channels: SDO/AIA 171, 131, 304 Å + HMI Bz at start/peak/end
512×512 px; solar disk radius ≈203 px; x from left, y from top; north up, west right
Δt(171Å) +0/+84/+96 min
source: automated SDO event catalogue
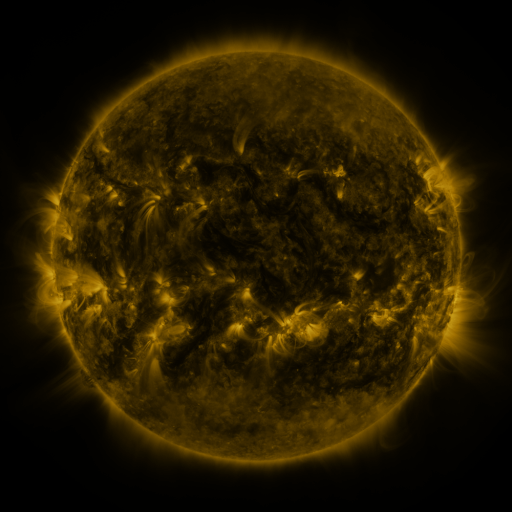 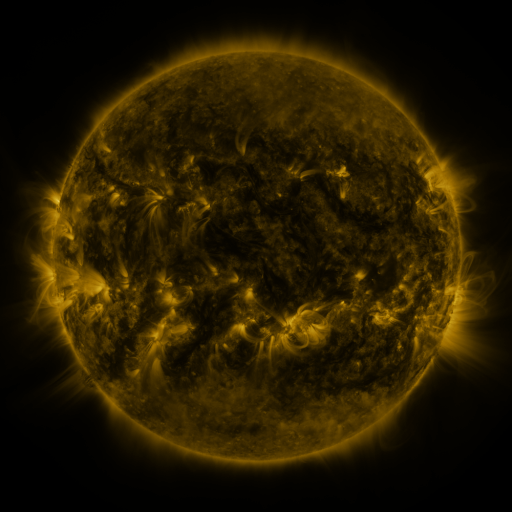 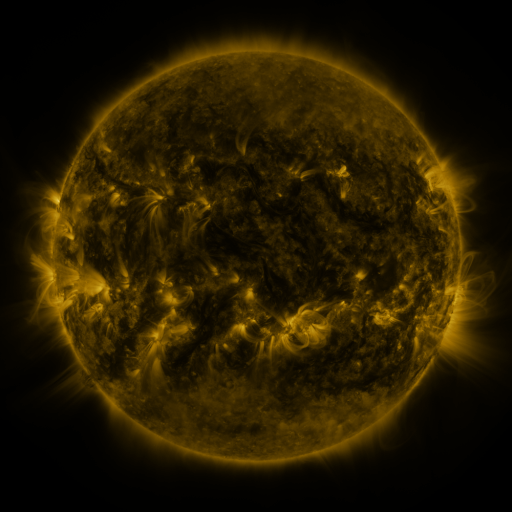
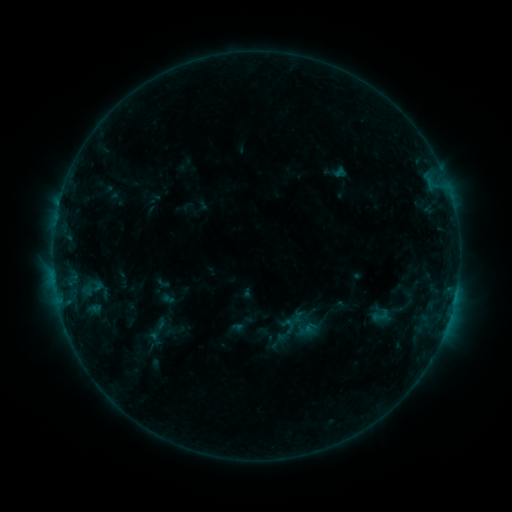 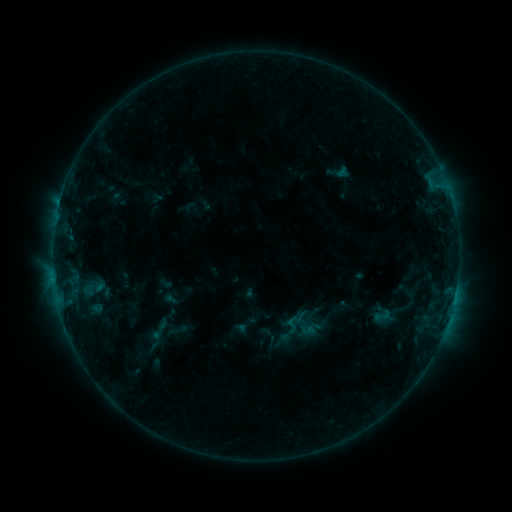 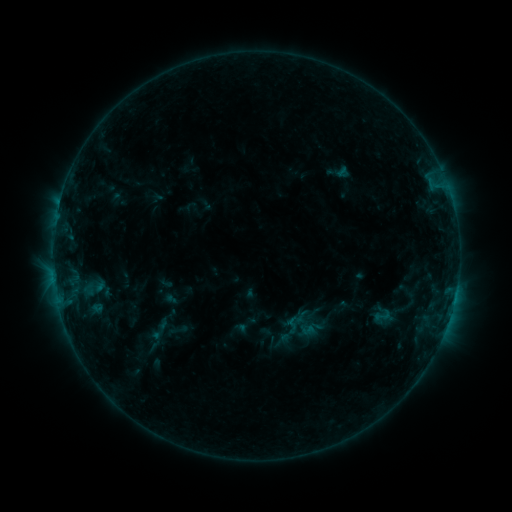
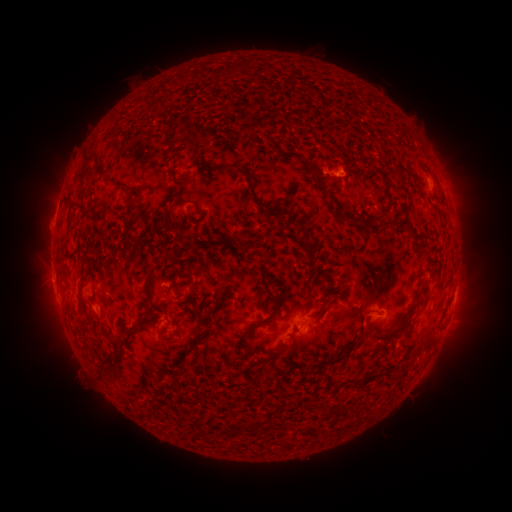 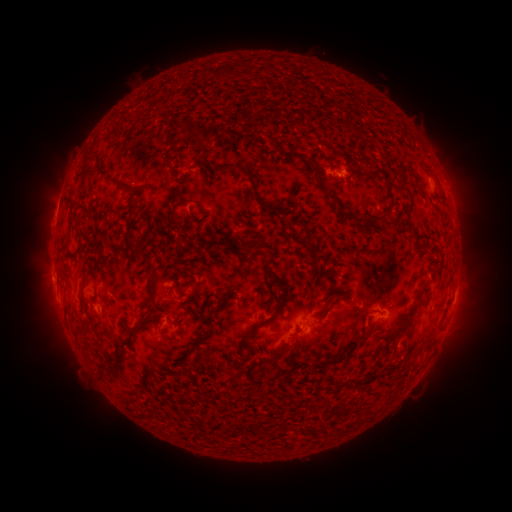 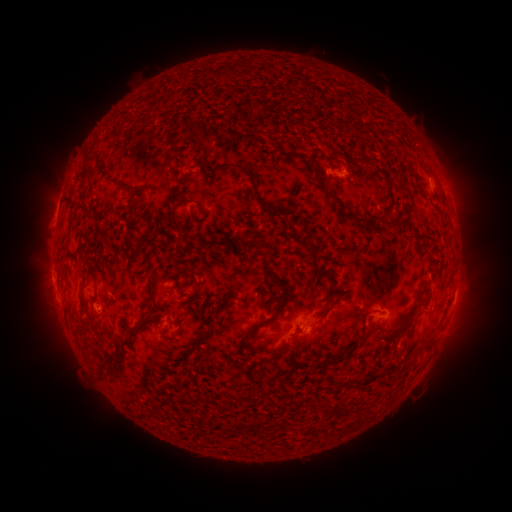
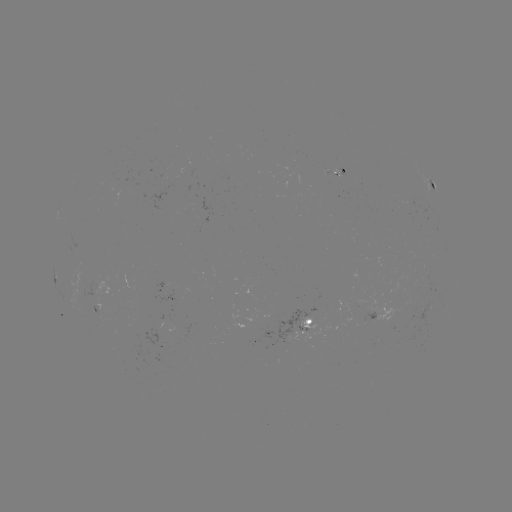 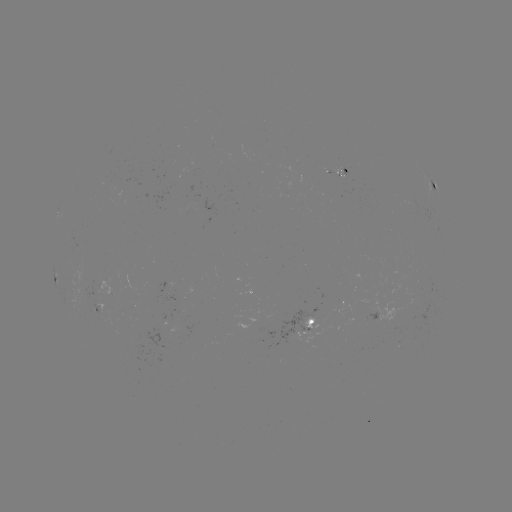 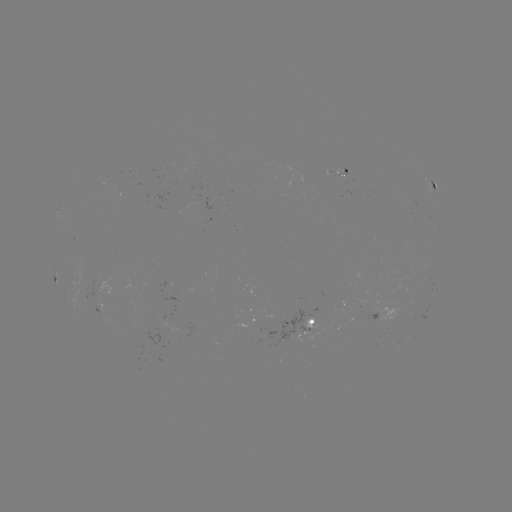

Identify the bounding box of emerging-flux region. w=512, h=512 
[333, 172, 347, 200].